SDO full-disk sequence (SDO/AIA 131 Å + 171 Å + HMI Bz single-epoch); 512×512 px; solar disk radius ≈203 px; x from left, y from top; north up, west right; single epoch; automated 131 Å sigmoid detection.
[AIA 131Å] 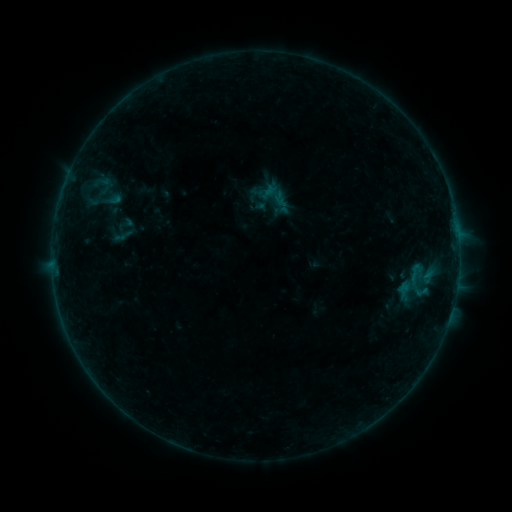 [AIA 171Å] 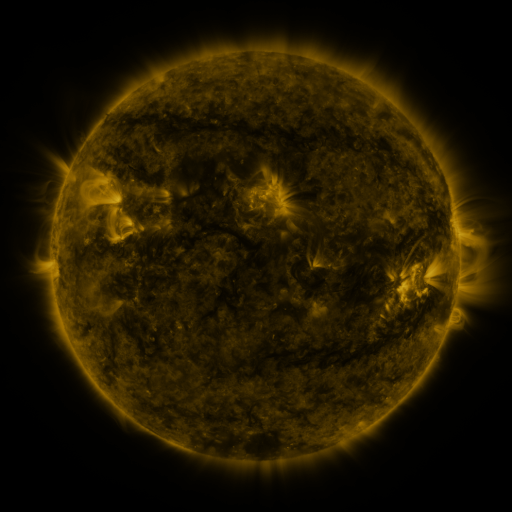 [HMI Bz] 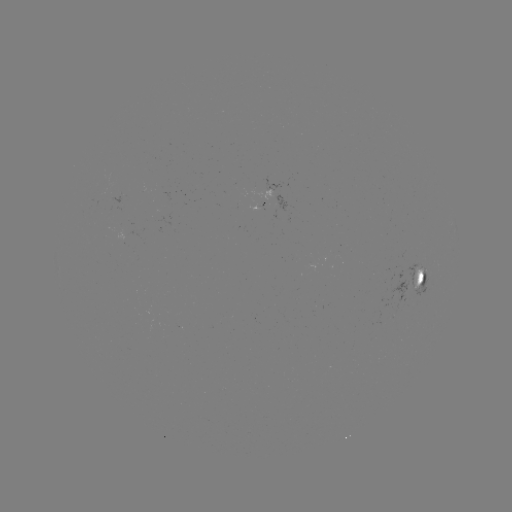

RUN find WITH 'sigmoid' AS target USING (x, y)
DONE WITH (273, 194) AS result